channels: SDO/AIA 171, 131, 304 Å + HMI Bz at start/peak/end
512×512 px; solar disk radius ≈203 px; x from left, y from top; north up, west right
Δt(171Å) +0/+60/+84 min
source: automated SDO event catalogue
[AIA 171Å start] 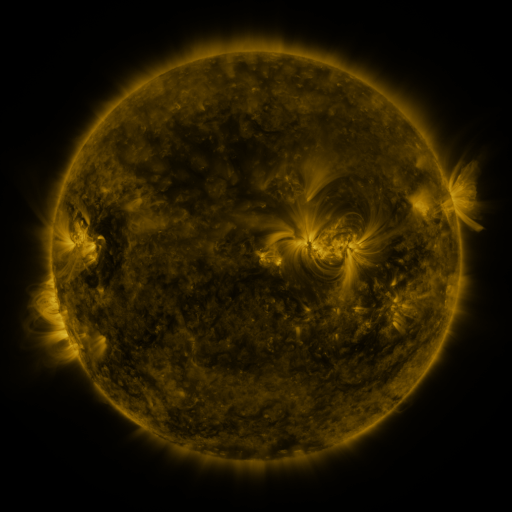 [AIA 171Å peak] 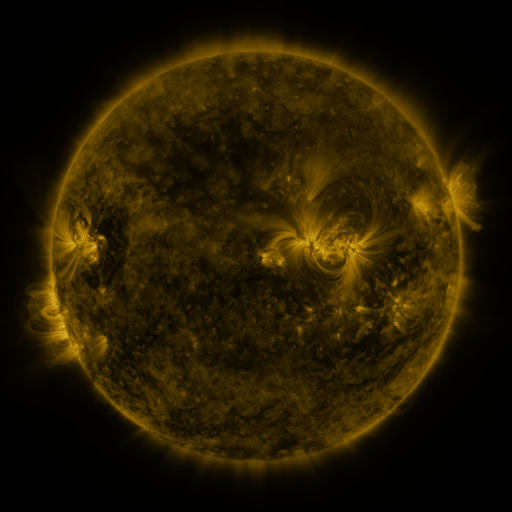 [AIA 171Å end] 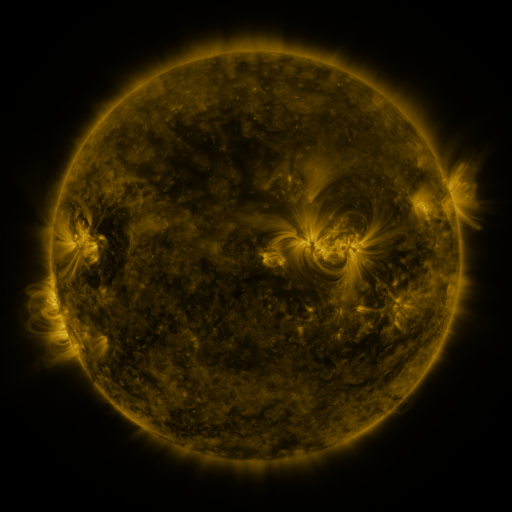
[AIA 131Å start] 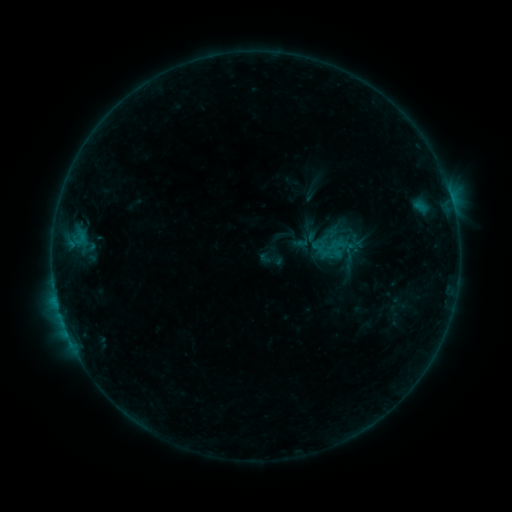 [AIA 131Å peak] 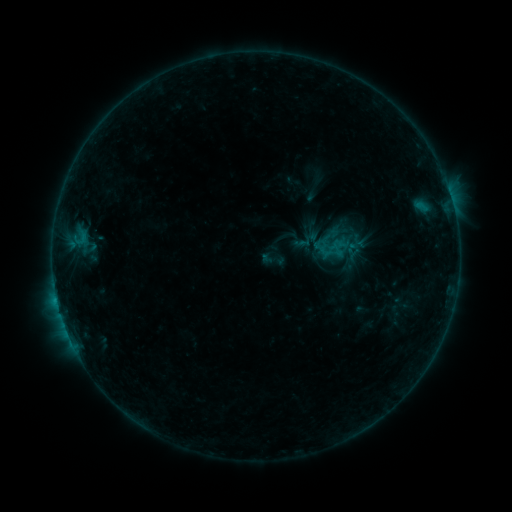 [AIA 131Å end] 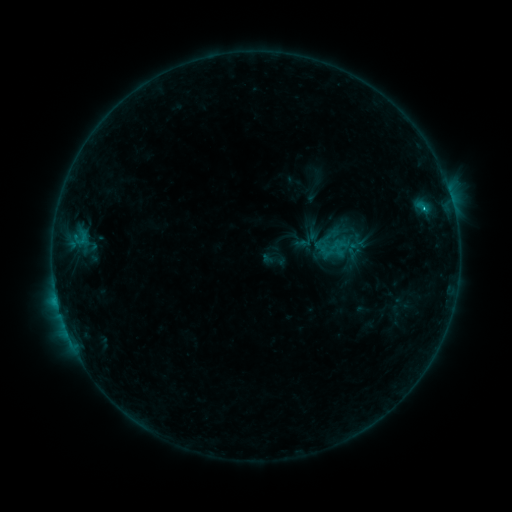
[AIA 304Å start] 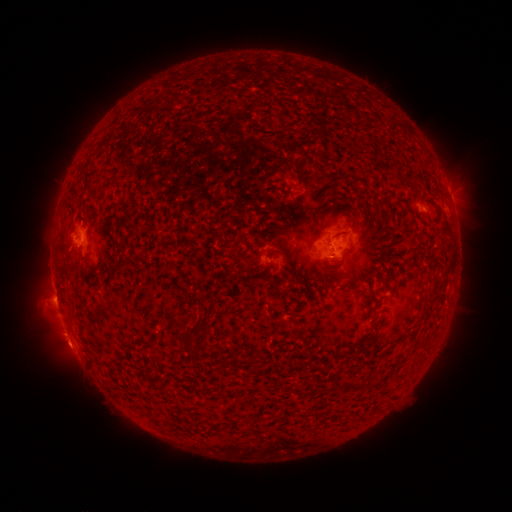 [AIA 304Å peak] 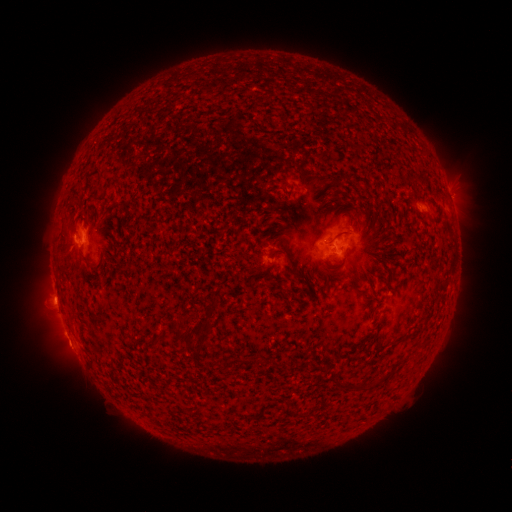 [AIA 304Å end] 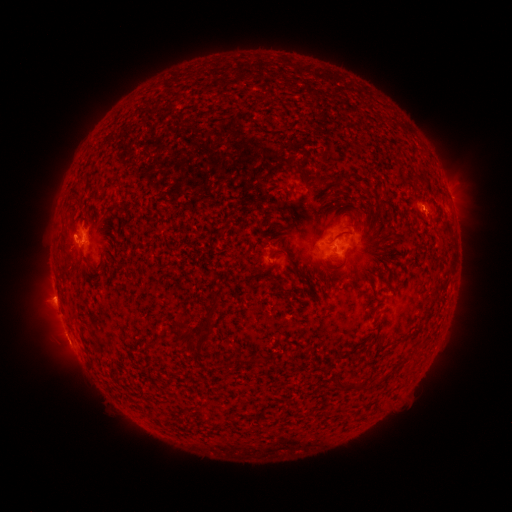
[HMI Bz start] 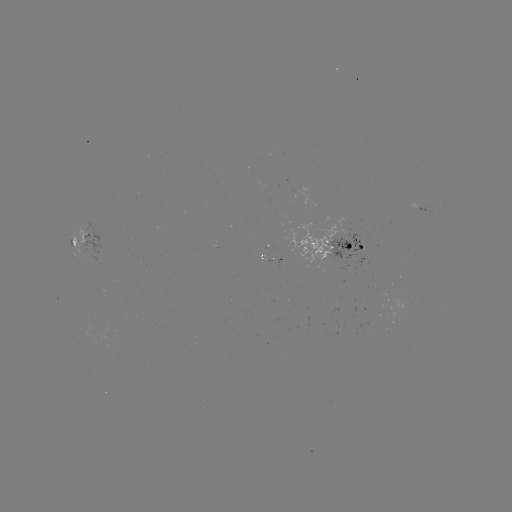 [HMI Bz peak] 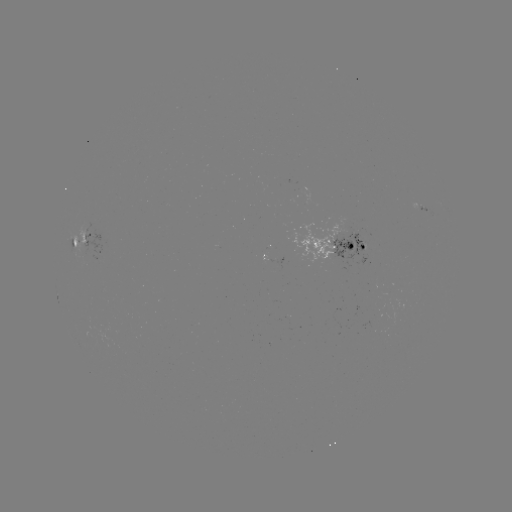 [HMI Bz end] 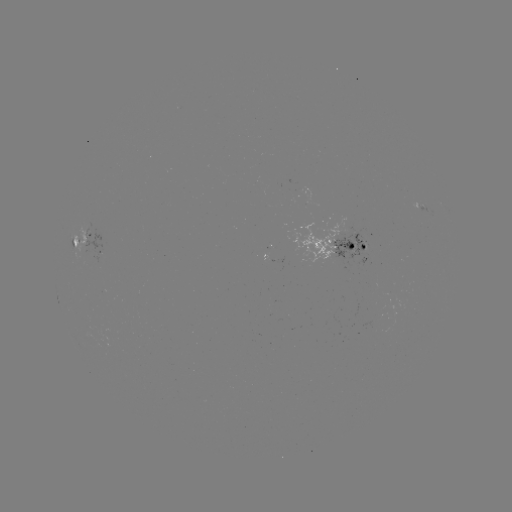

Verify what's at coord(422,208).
emerging-flux region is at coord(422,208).